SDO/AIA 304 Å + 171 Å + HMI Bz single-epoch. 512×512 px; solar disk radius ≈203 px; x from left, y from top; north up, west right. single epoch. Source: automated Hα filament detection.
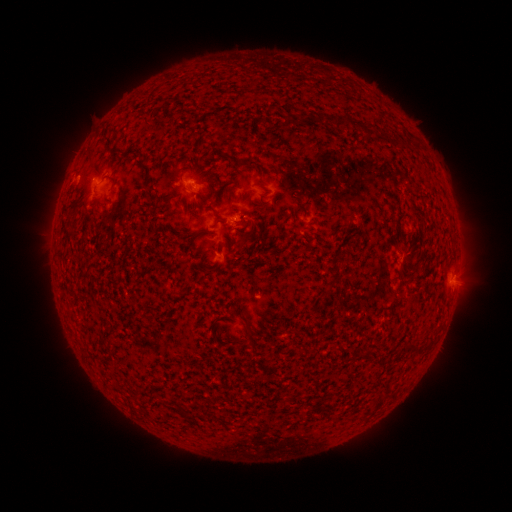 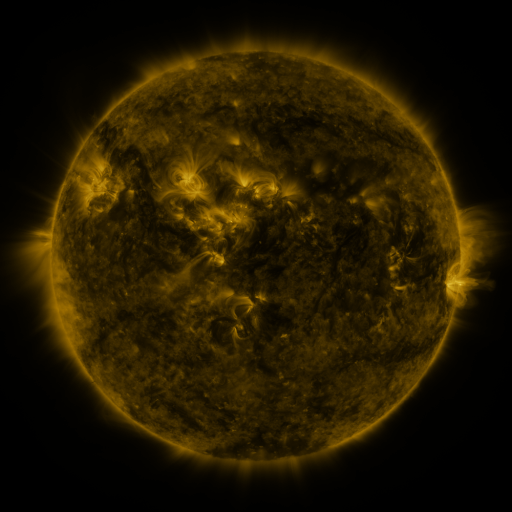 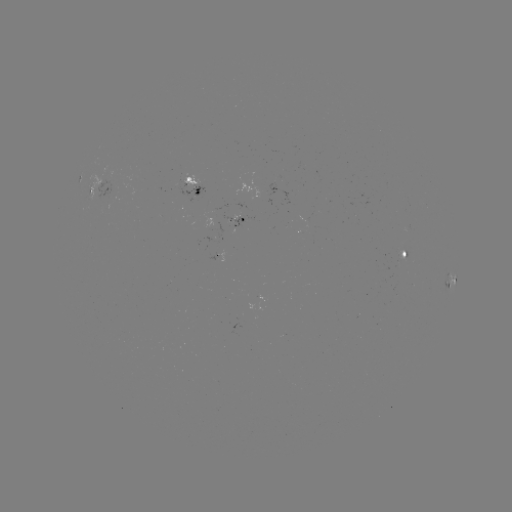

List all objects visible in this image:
filament: [333, 117, 350, 129]
filament: [360, 121, 375, 130]
filament: [412, 139, 420, 150]
filament: [238, 159, 254, 167]
filament: [111, 176, 117, 187]
filament: [233, 225, 248, 234]
filament: [67, 230, 76, 237]
filament: [246, 323, 256, 341]
filament: [161, 400, 178, 412]
filament: [314, 405, 325, 412]
